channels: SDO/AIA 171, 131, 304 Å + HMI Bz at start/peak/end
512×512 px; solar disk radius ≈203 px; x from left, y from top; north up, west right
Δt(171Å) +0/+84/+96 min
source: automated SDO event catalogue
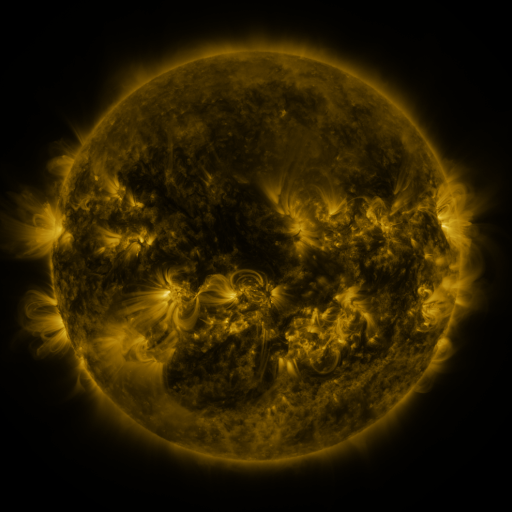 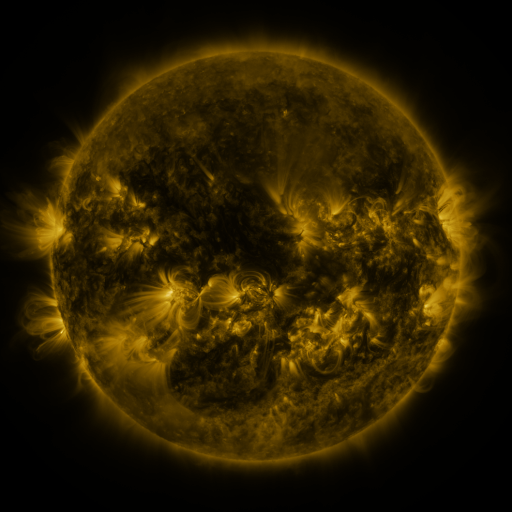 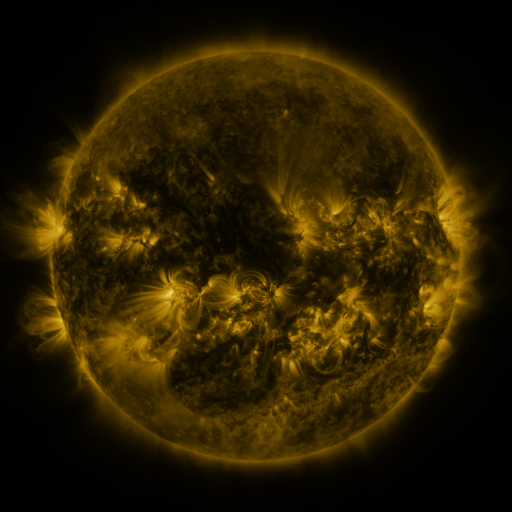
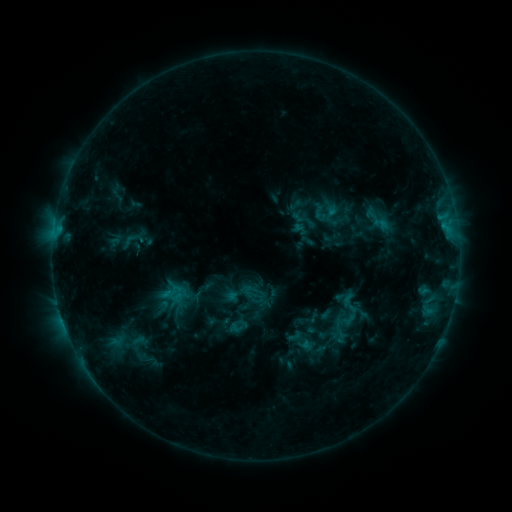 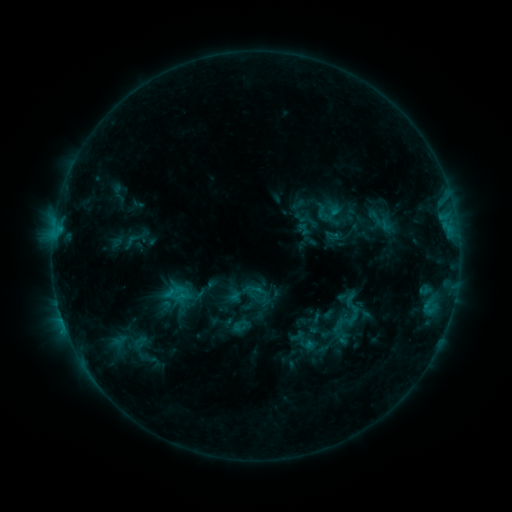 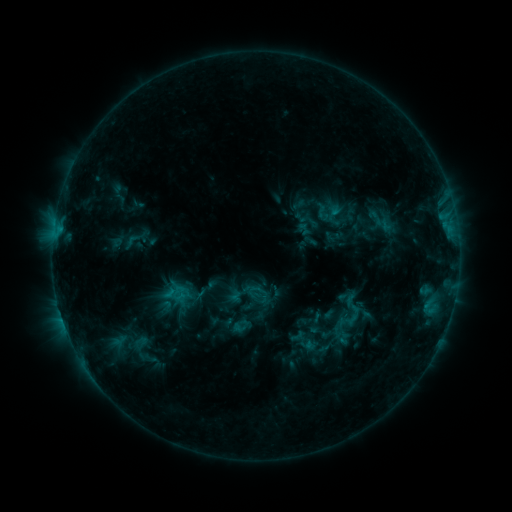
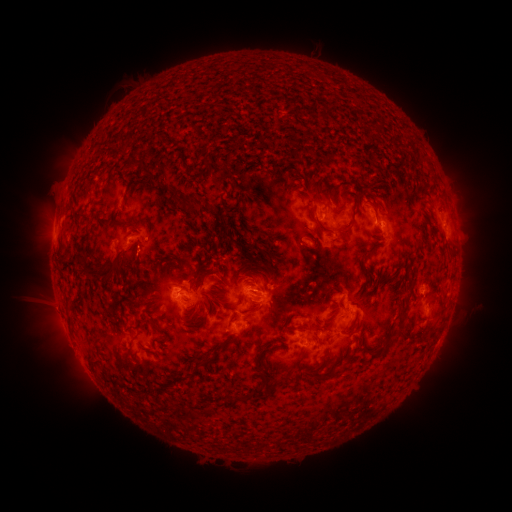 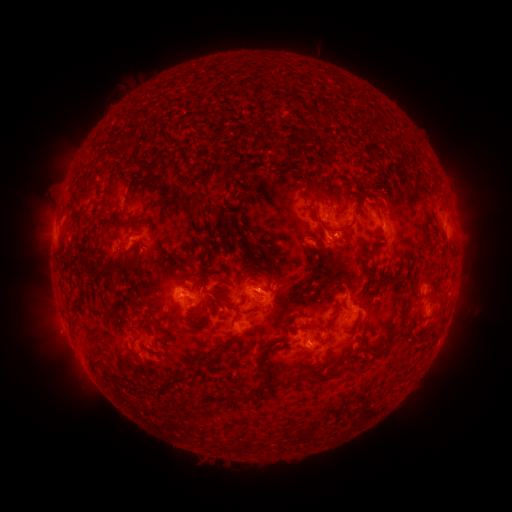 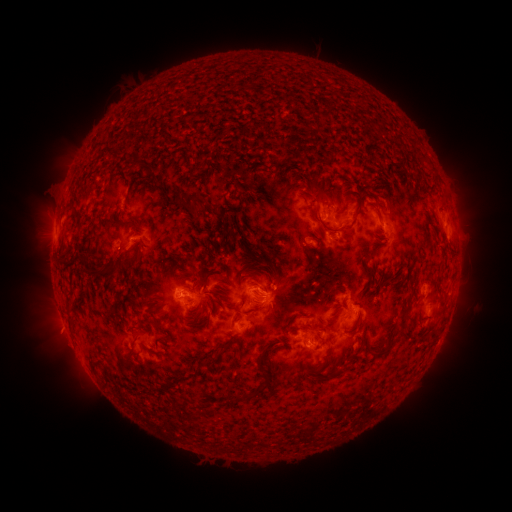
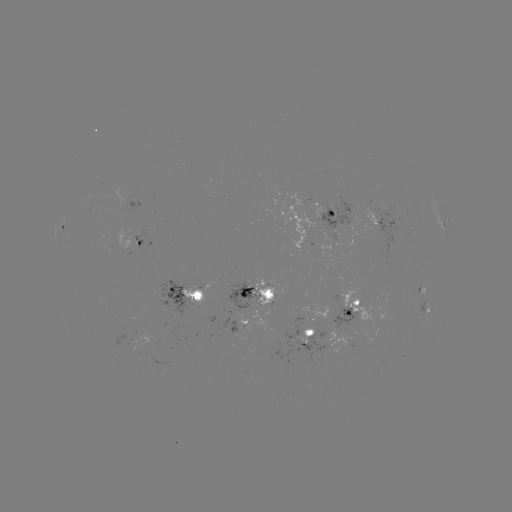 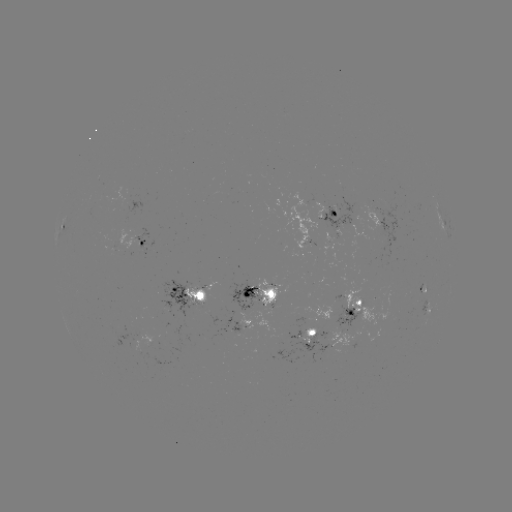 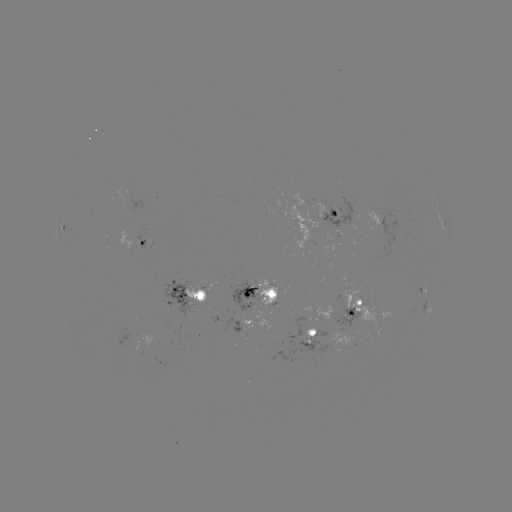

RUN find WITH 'emerging-flux region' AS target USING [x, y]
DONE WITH [342, 334] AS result